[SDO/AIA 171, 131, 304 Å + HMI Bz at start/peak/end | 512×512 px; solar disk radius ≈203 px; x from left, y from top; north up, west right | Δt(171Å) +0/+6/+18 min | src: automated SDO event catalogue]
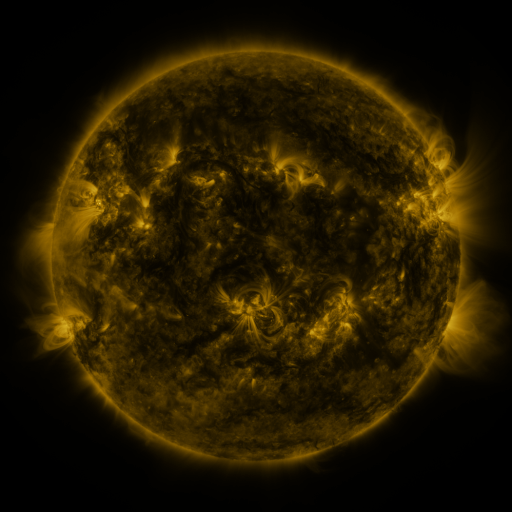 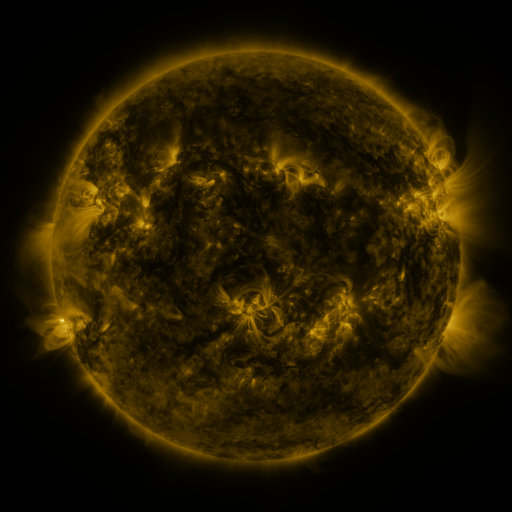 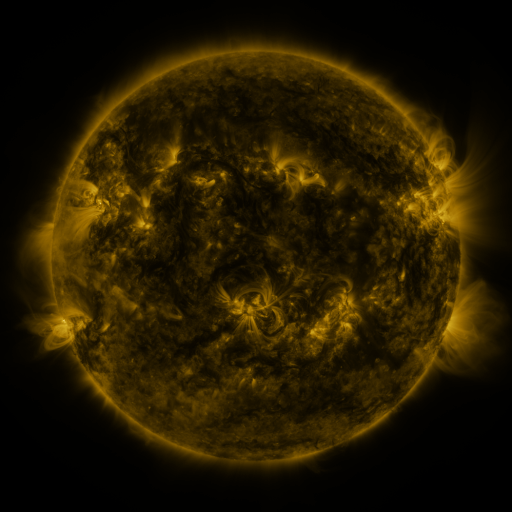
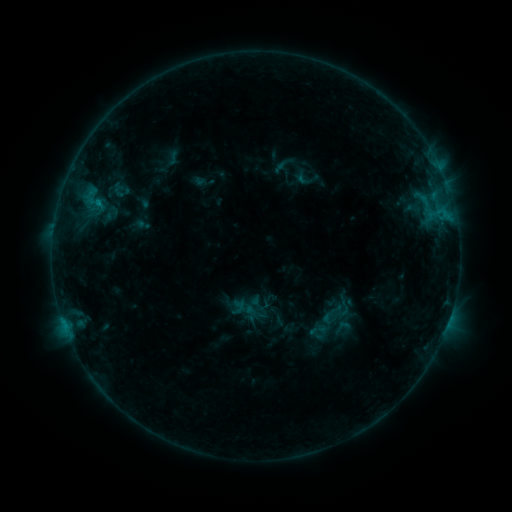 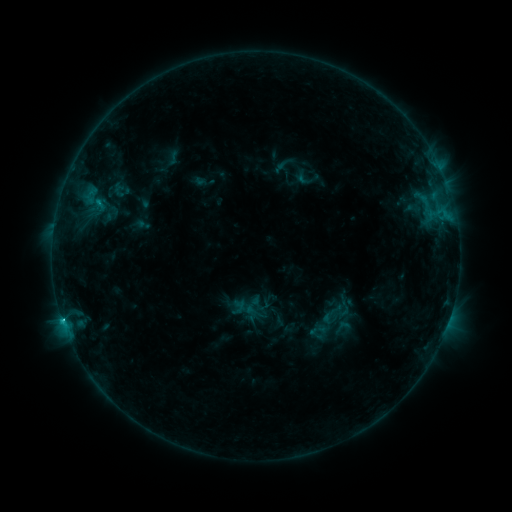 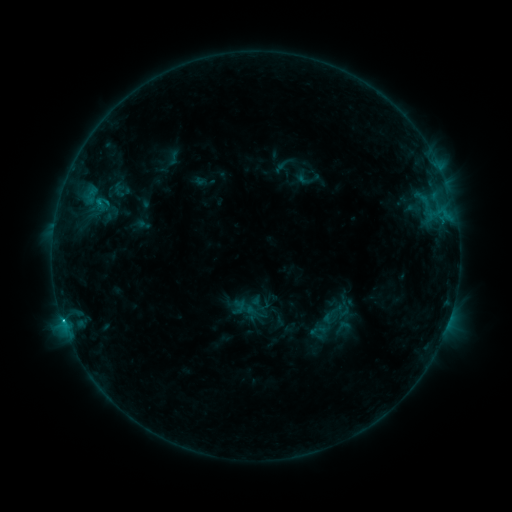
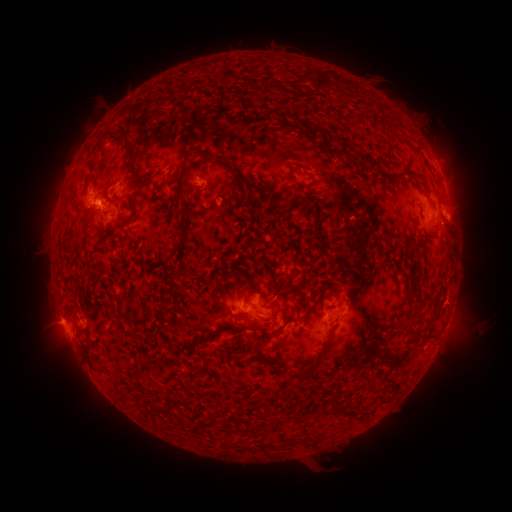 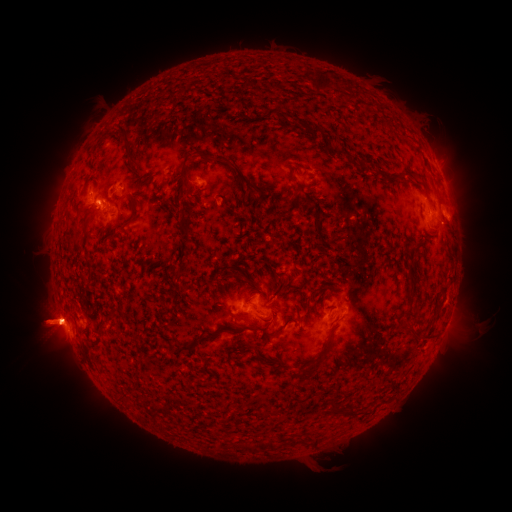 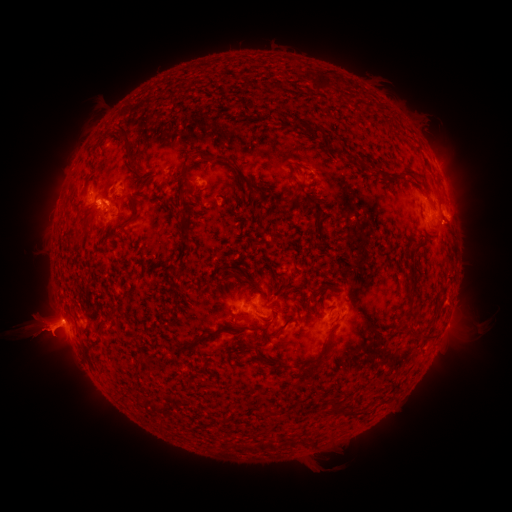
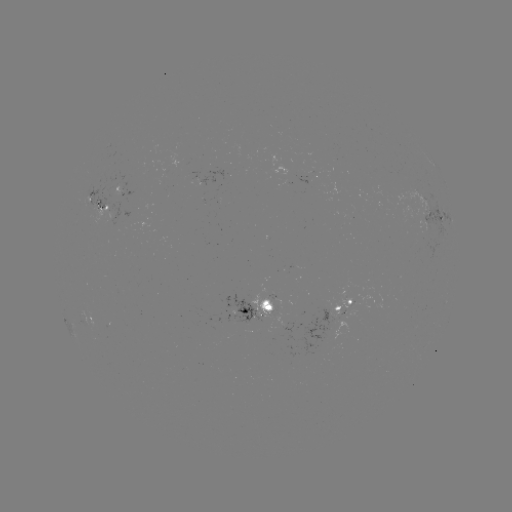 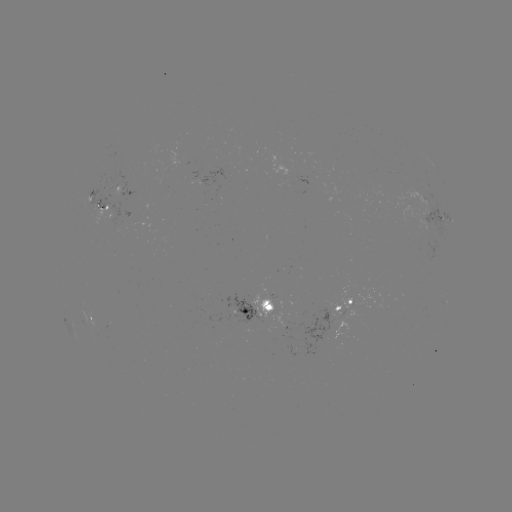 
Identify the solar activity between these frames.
eruption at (46, 328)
